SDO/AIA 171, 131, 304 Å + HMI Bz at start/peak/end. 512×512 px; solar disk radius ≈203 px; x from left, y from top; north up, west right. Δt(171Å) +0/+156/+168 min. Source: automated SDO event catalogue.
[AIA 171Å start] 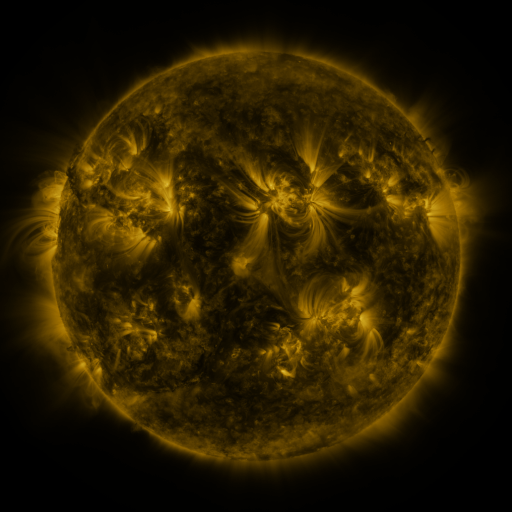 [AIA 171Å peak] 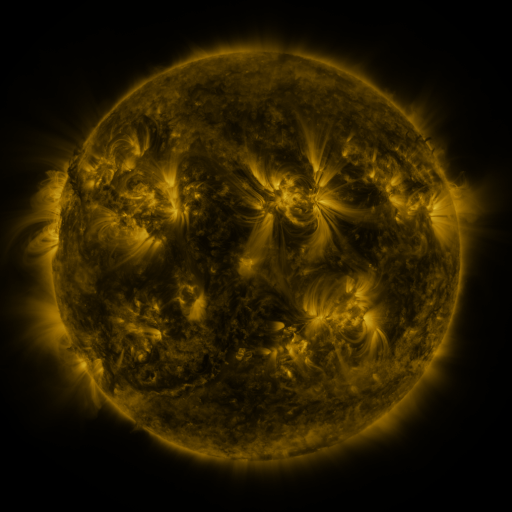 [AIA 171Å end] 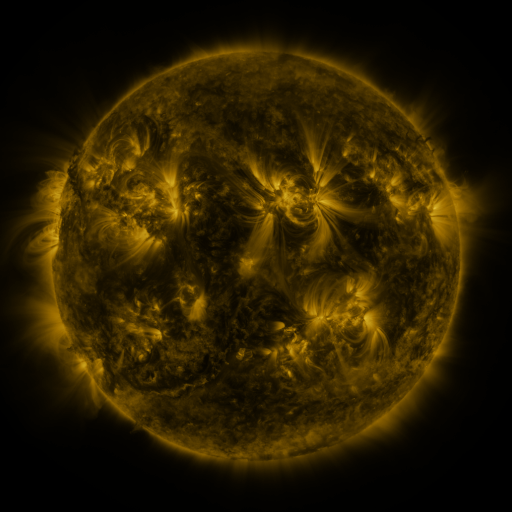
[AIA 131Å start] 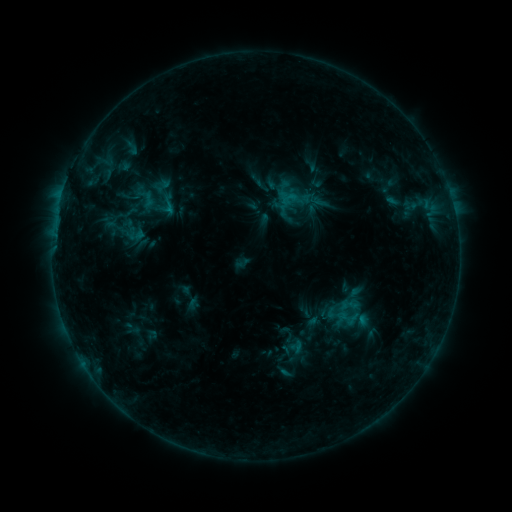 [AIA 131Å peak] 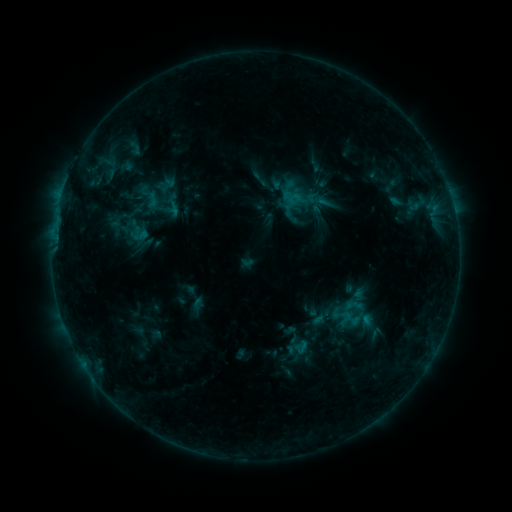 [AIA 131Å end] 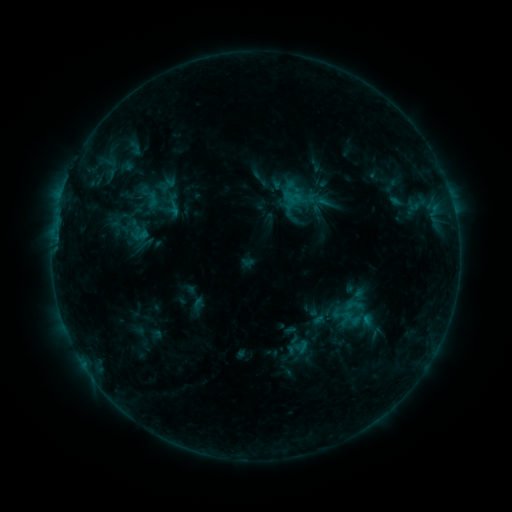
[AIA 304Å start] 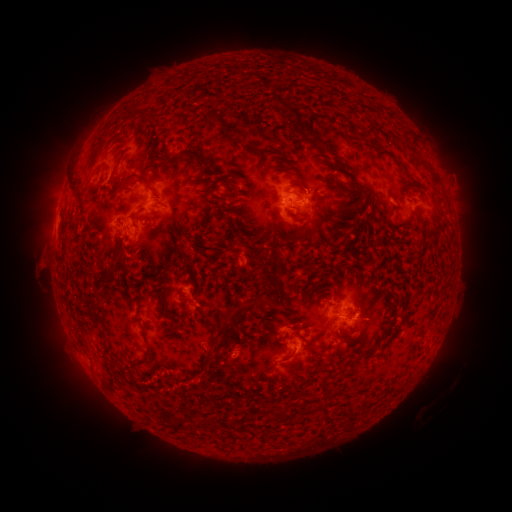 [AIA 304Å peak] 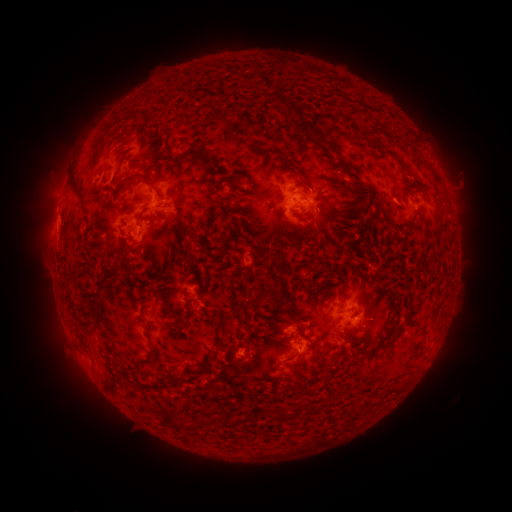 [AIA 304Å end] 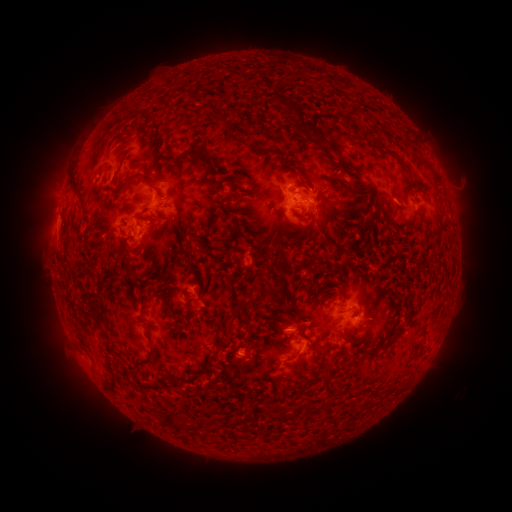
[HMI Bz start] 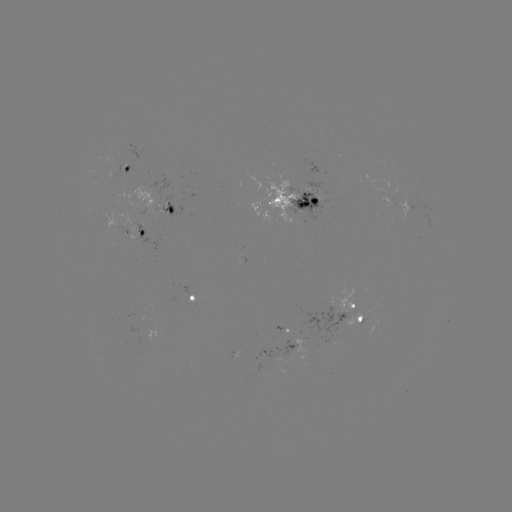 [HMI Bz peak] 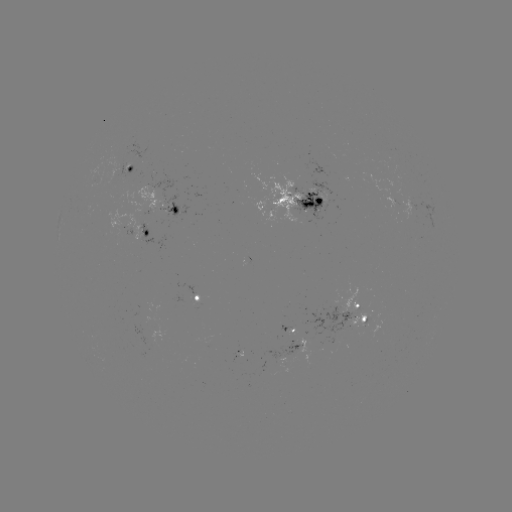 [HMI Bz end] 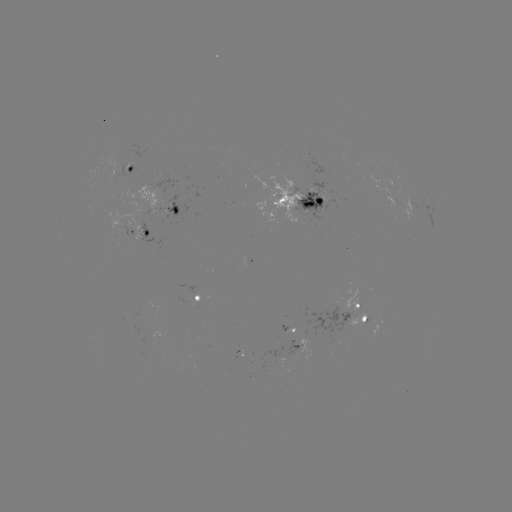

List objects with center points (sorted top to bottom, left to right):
emerging-flux region: (357, 318)
